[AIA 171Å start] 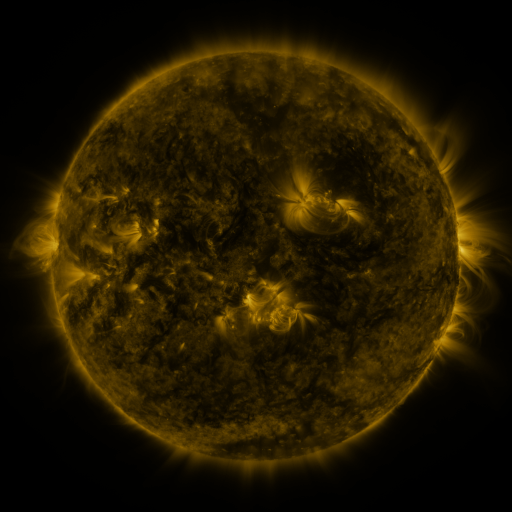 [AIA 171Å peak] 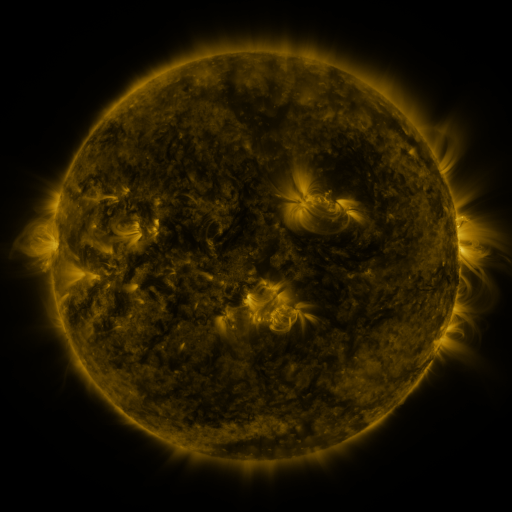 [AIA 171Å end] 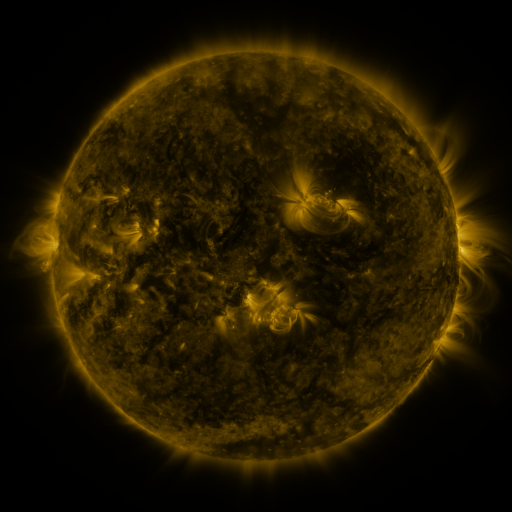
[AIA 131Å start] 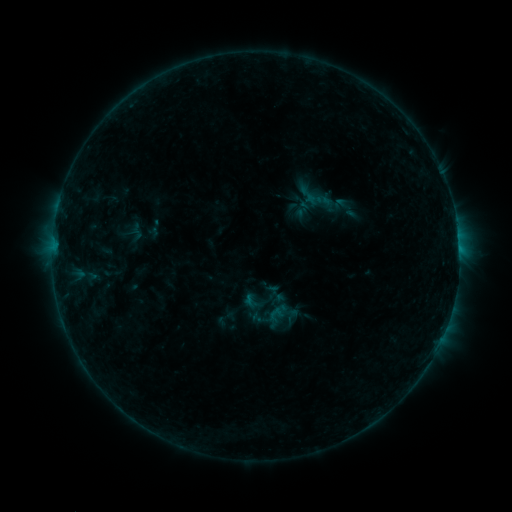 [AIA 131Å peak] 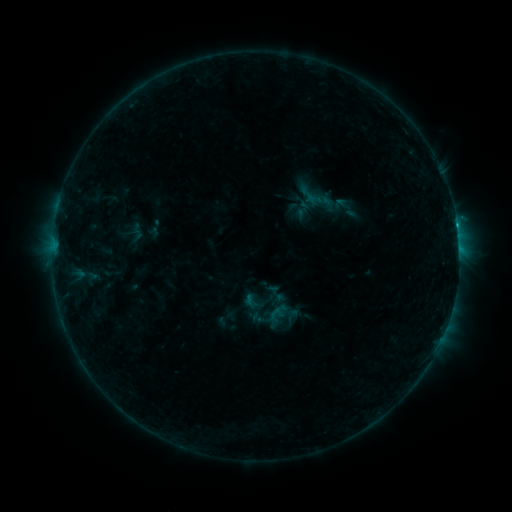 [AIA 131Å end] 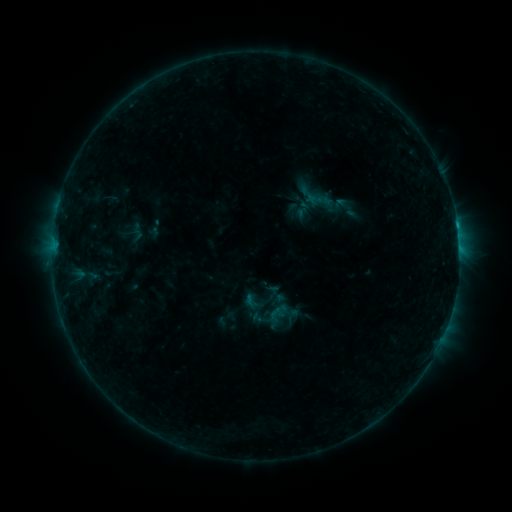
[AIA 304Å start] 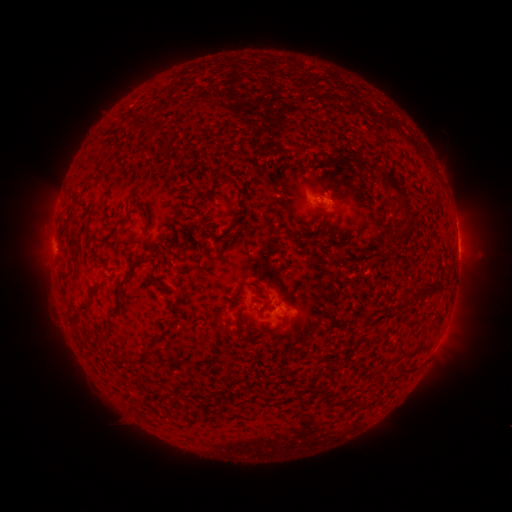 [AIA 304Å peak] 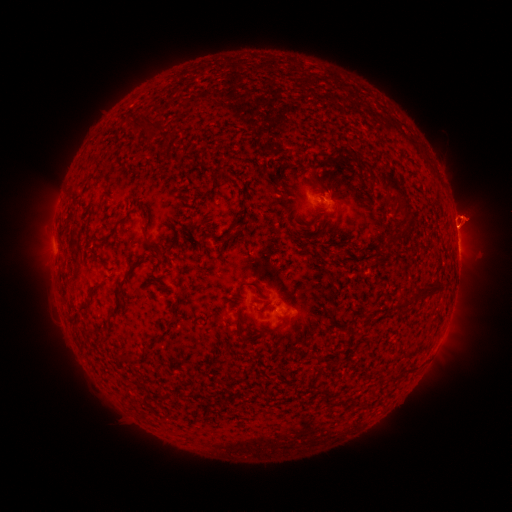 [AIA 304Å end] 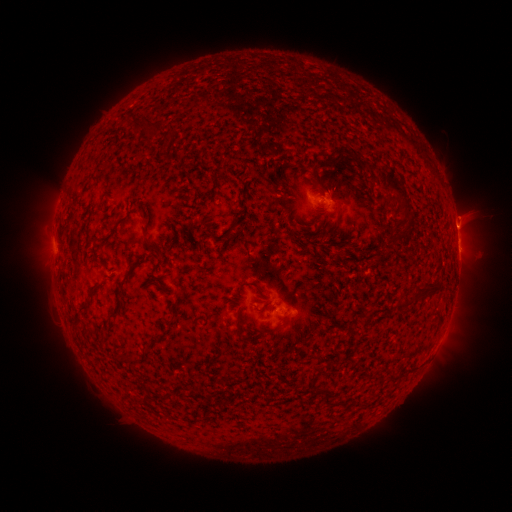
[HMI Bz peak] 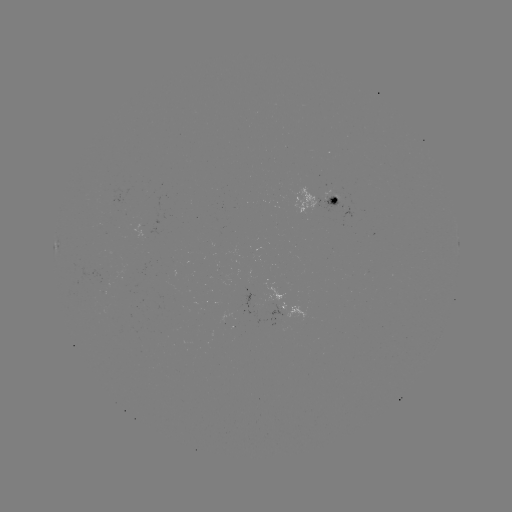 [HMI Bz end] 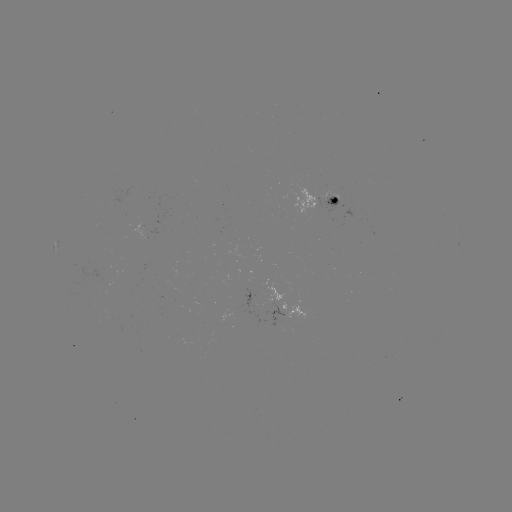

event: flare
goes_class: B6.0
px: (454, 227)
